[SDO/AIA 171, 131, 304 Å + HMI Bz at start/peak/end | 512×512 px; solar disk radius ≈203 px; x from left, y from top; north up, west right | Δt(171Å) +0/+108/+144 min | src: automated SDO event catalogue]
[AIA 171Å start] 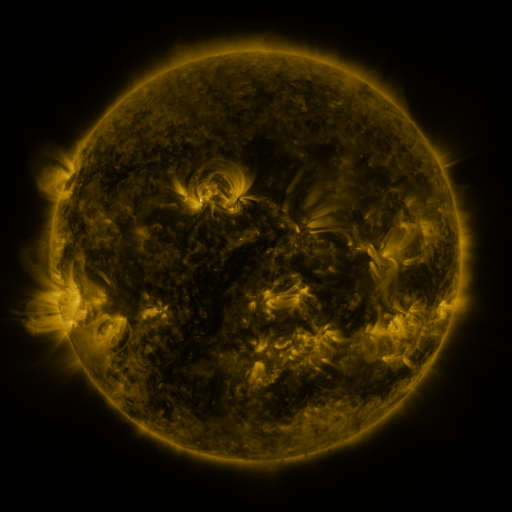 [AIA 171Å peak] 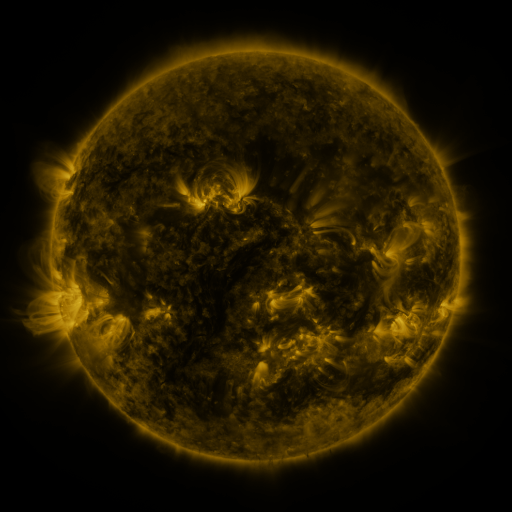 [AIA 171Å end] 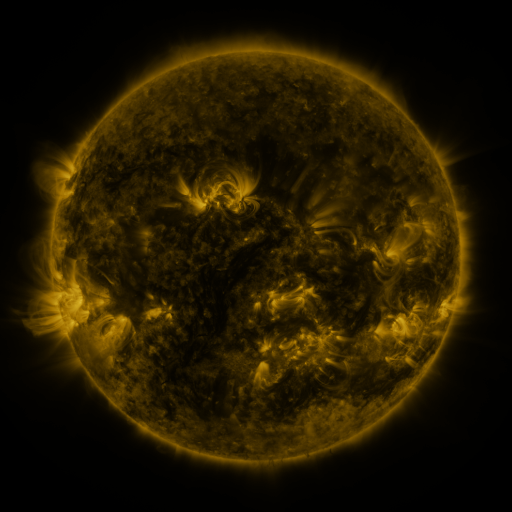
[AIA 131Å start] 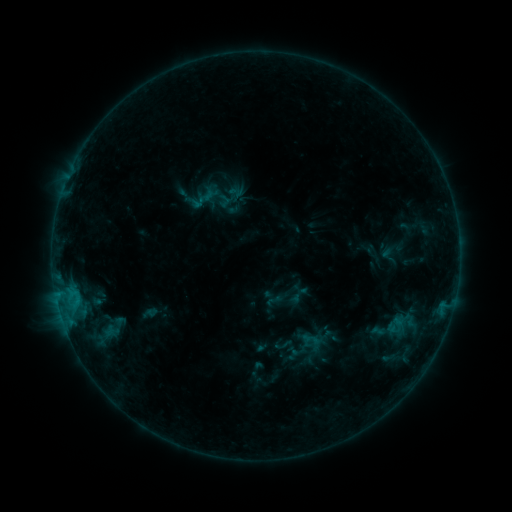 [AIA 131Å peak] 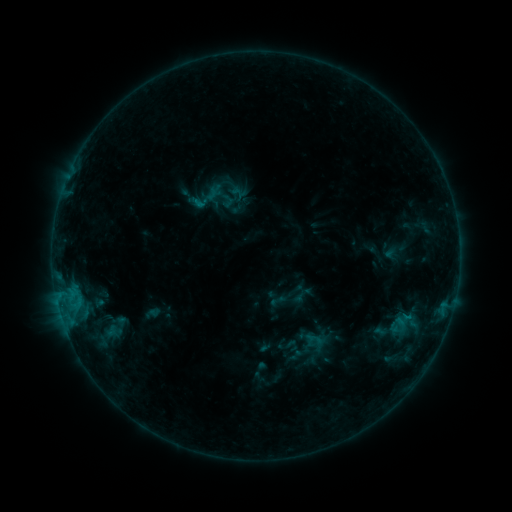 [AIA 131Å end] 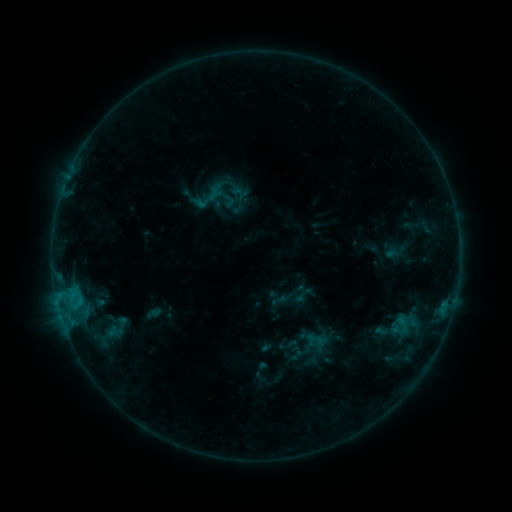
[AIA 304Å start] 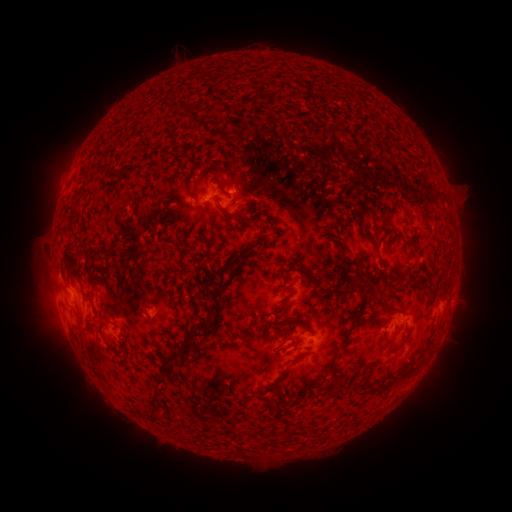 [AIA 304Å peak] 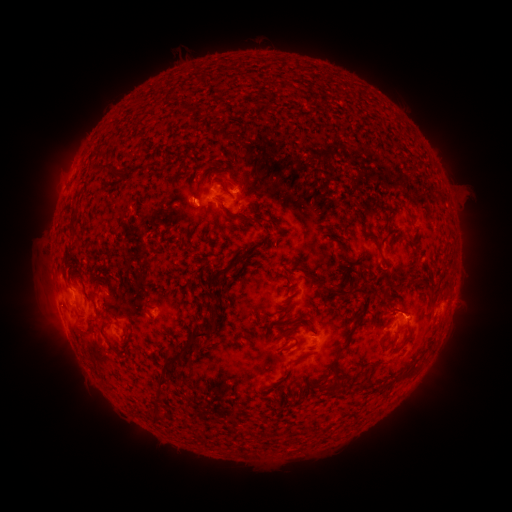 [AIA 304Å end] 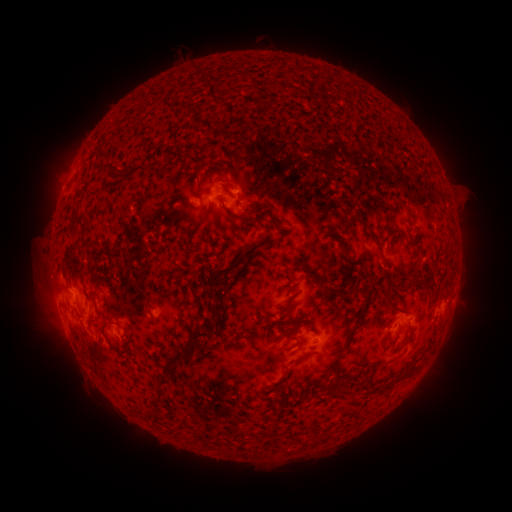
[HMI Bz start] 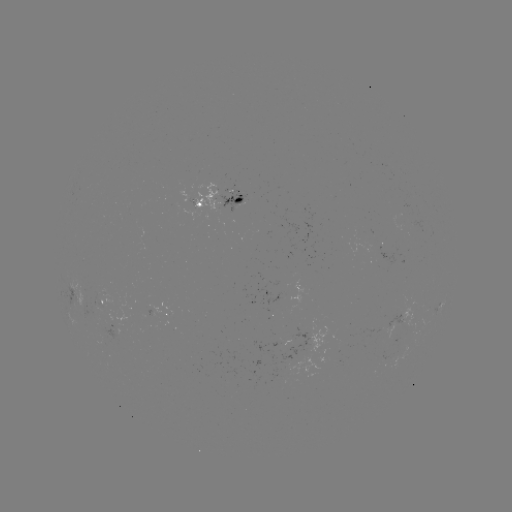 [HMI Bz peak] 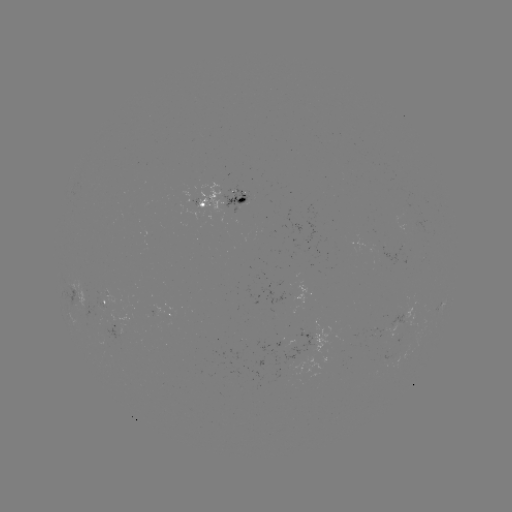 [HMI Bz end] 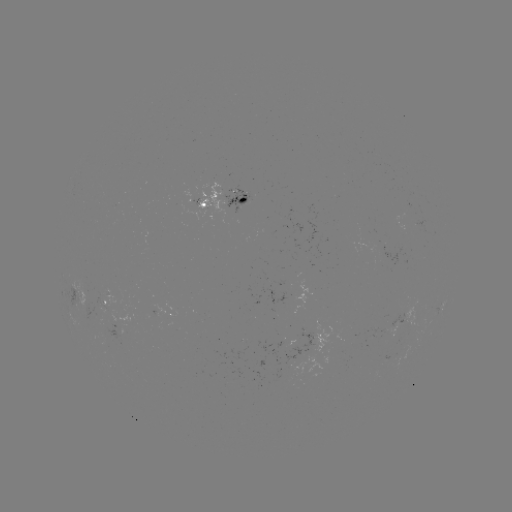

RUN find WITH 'emerging-flux region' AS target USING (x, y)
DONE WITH (304, 334) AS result